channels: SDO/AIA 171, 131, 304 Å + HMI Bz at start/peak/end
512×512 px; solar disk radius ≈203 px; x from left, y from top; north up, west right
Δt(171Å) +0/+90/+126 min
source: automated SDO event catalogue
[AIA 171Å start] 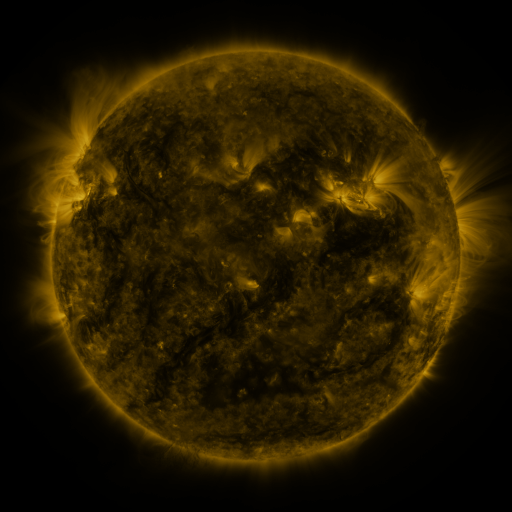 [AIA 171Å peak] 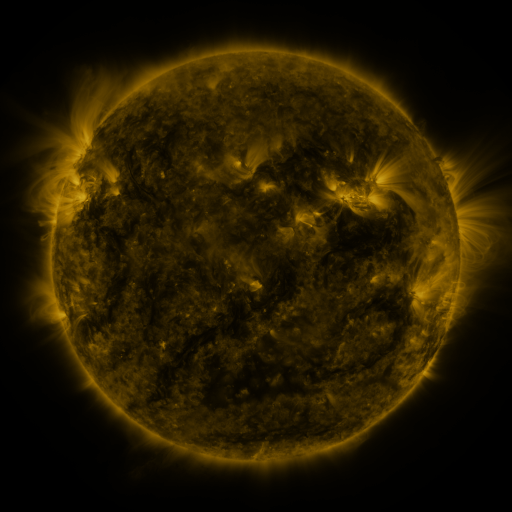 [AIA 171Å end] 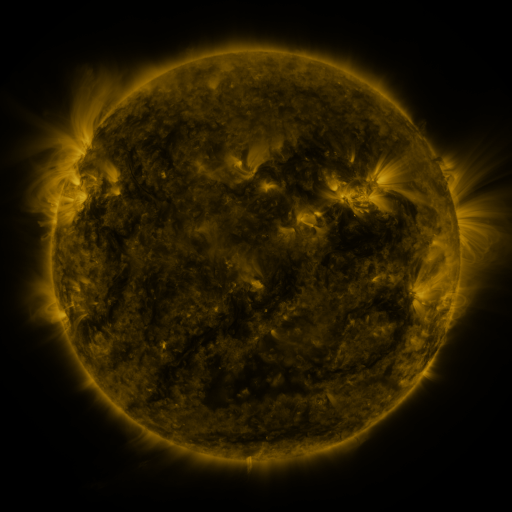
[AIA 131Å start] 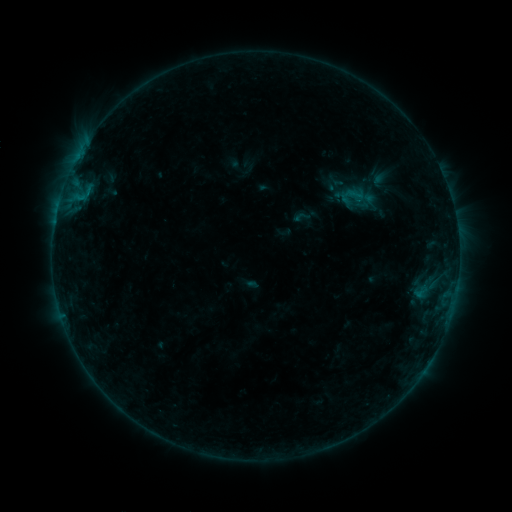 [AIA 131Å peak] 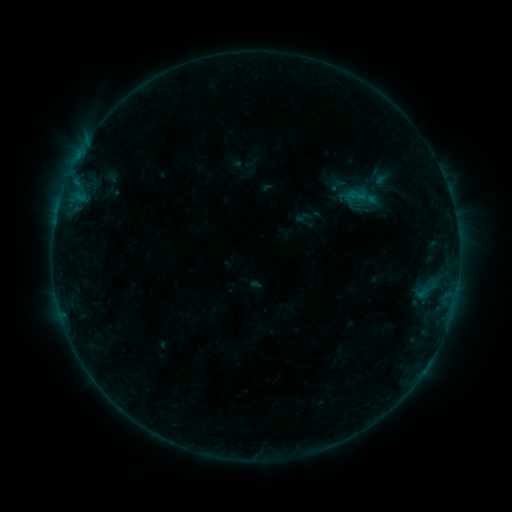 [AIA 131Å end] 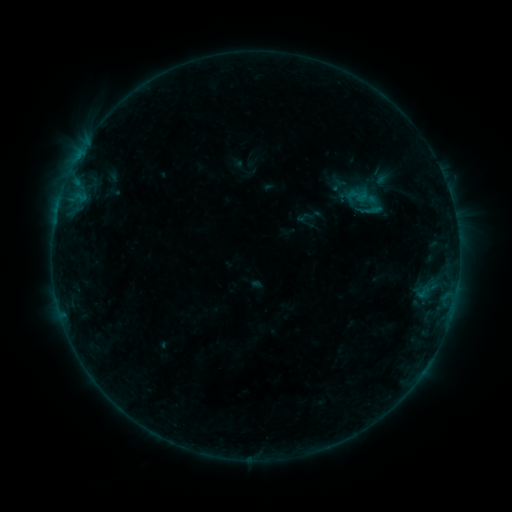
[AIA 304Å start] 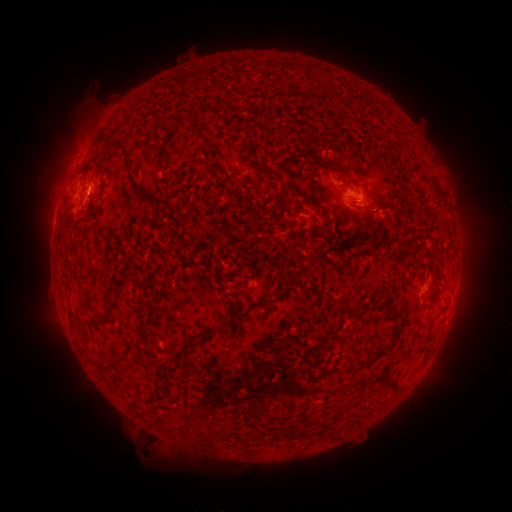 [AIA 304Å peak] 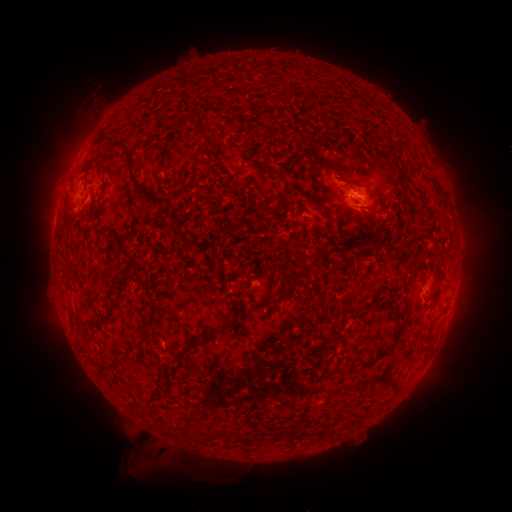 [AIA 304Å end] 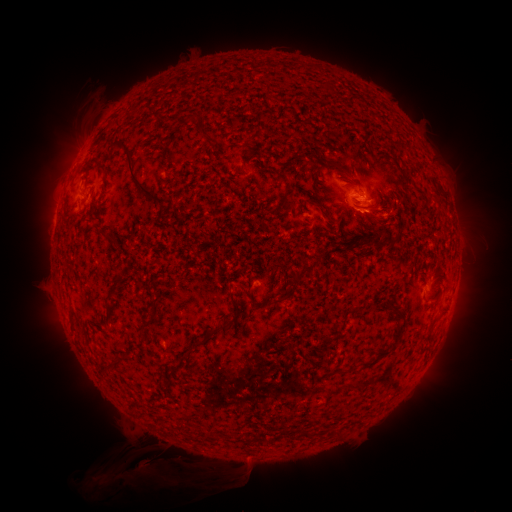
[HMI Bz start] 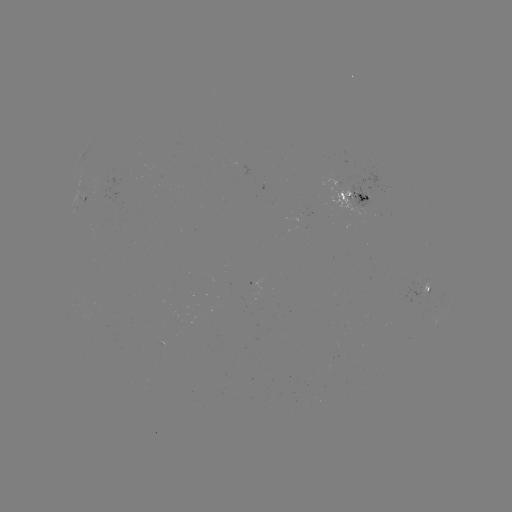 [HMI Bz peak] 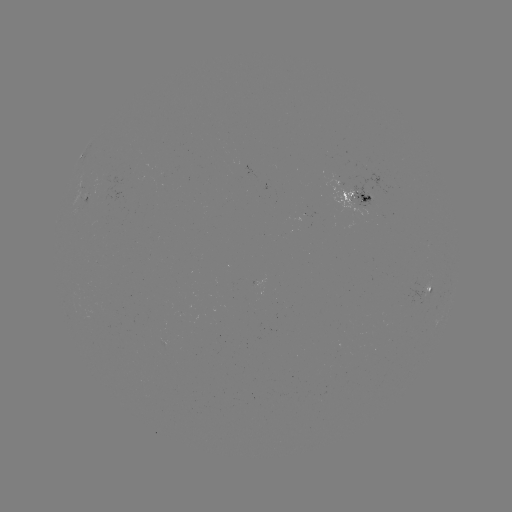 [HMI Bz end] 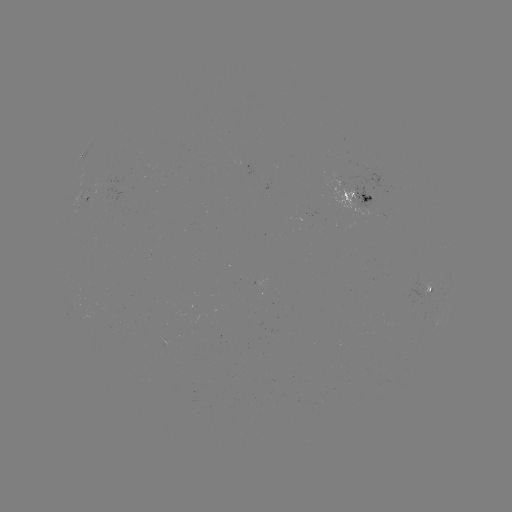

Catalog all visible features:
emerging-flux region: (102, 181)
